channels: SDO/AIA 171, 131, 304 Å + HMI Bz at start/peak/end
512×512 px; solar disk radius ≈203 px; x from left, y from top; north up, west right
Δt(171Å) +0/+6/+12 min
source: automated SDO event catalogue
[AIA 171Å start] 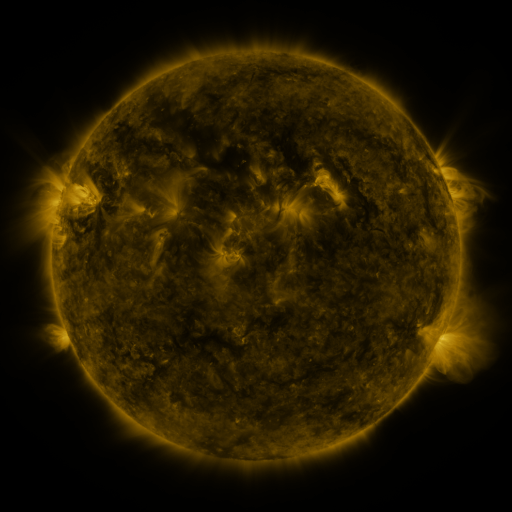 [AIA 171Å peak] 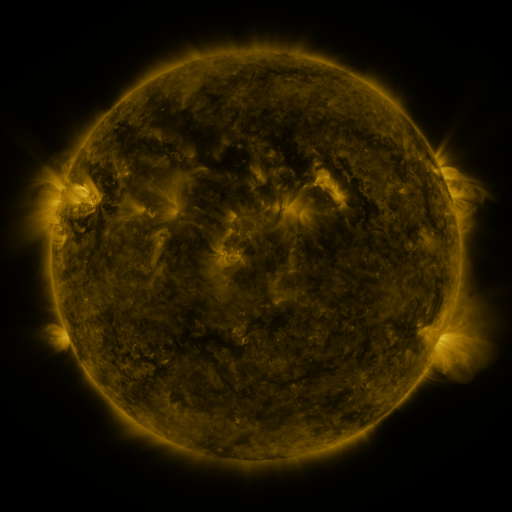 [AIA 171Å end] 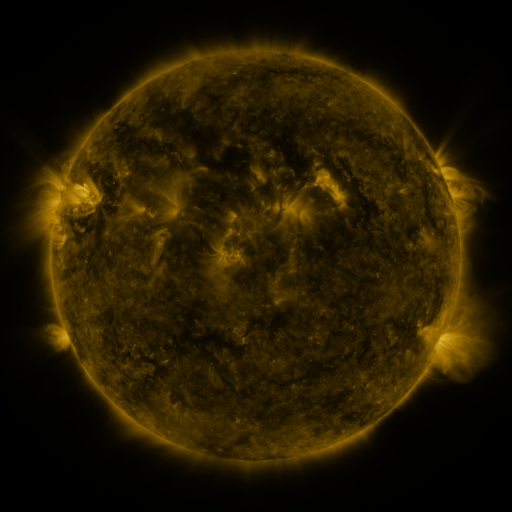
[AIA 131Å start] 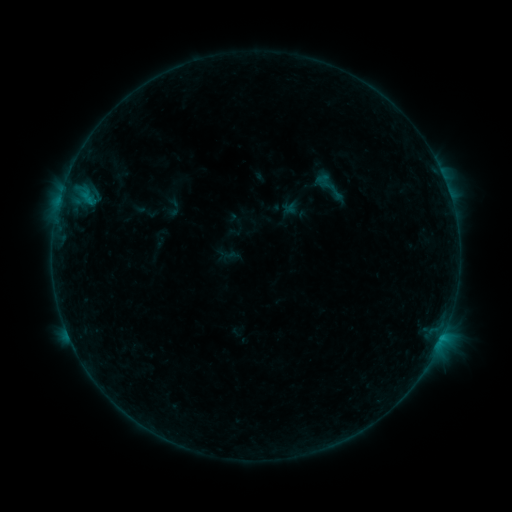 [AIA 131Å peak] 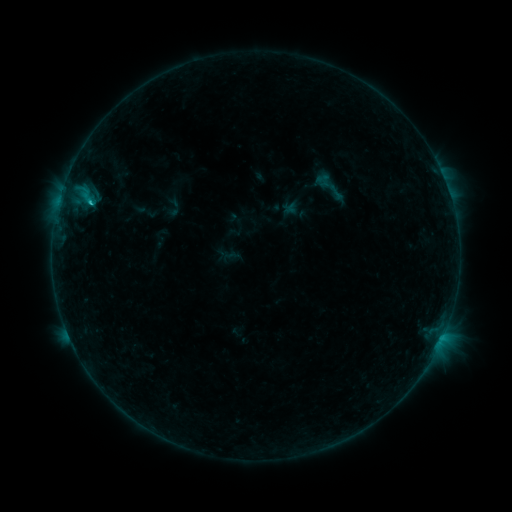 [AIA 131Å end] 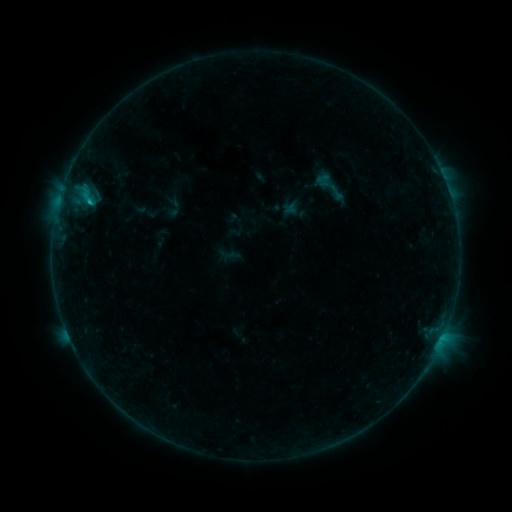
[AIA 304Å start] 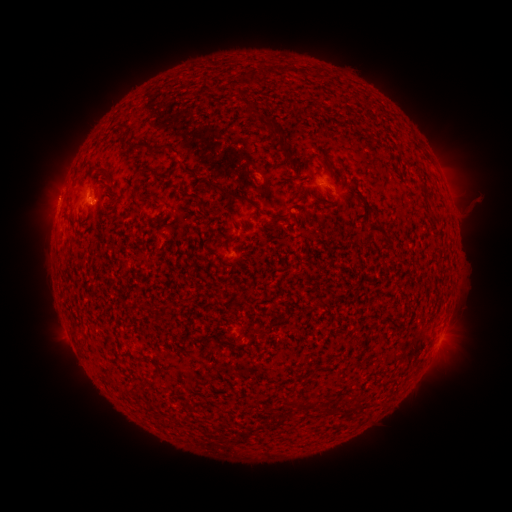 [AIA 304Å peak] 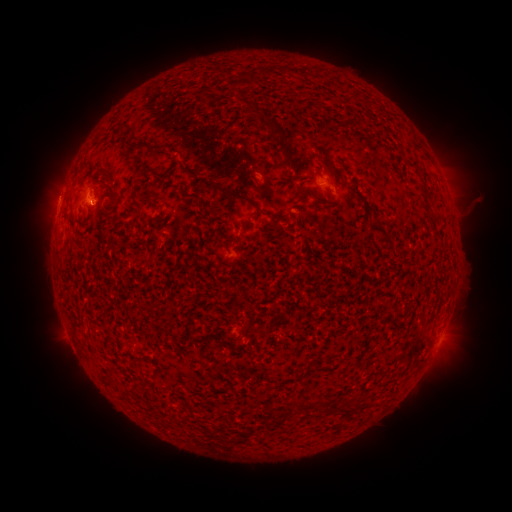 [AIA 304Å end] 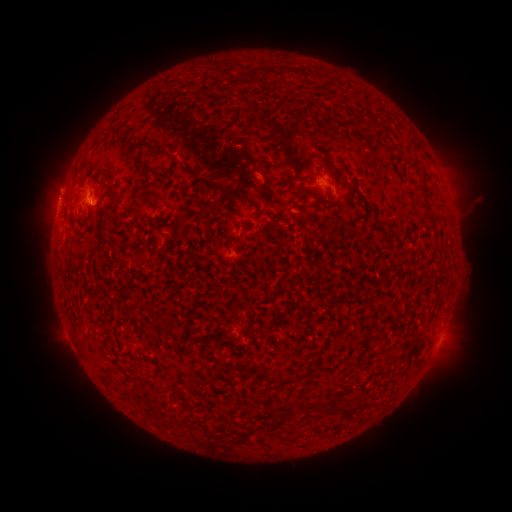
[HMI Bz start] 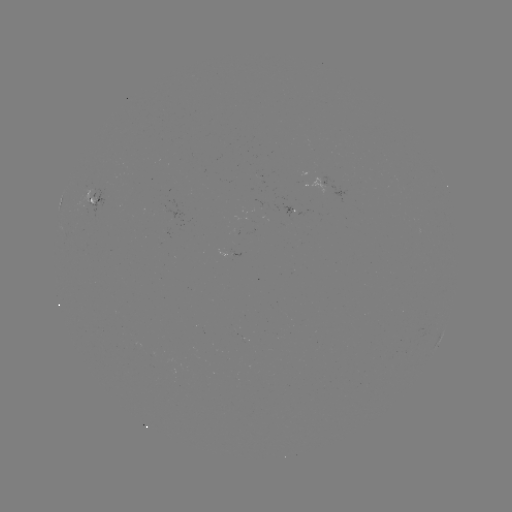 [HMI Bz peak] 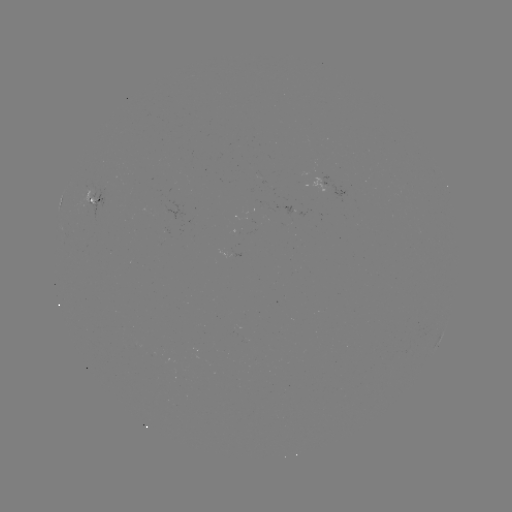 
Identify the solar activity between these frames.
B7.6 flare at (90, 206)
